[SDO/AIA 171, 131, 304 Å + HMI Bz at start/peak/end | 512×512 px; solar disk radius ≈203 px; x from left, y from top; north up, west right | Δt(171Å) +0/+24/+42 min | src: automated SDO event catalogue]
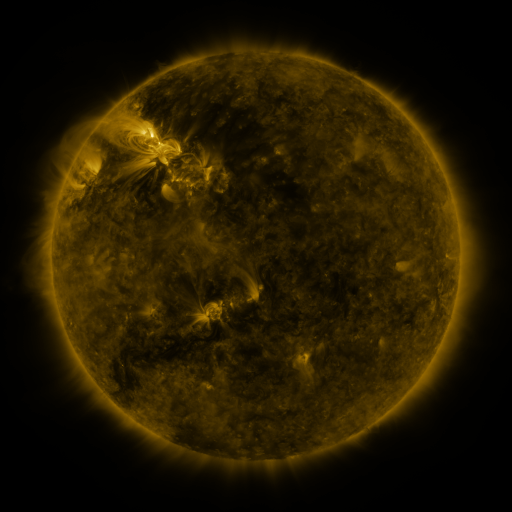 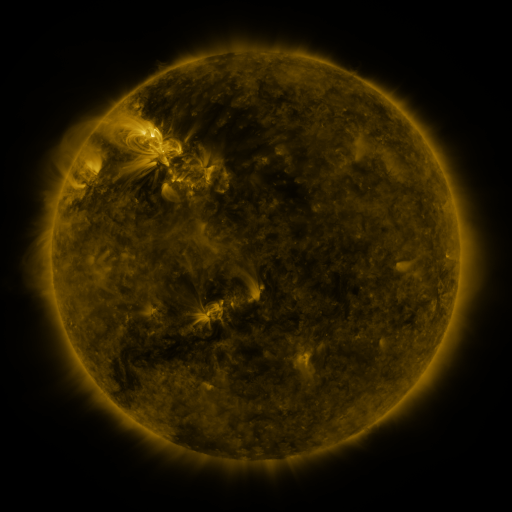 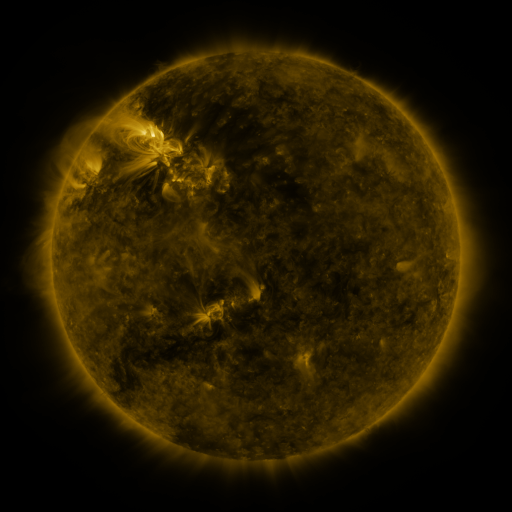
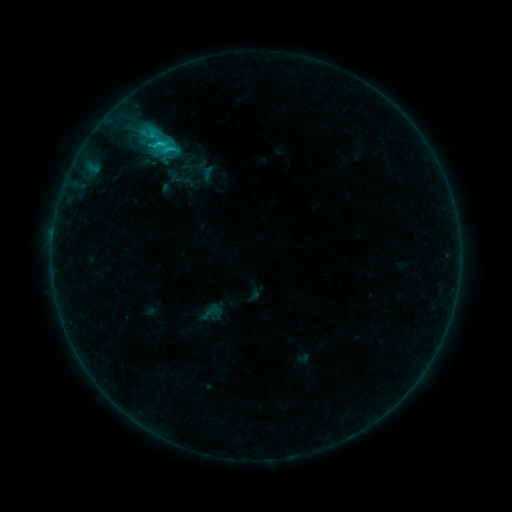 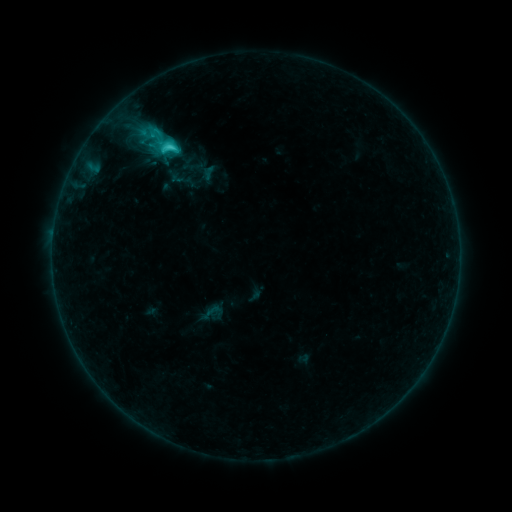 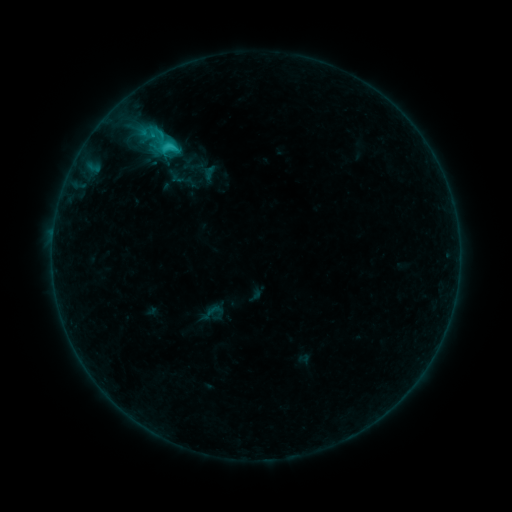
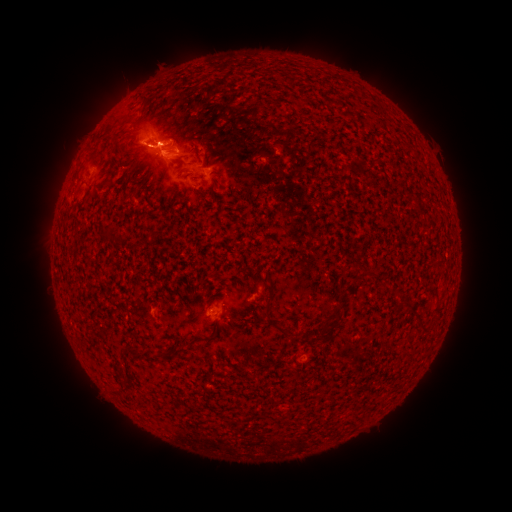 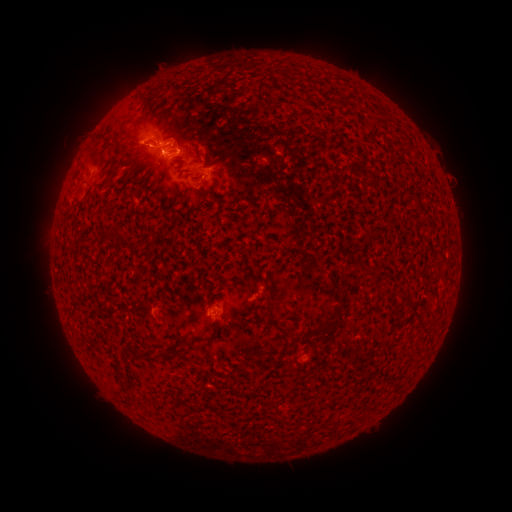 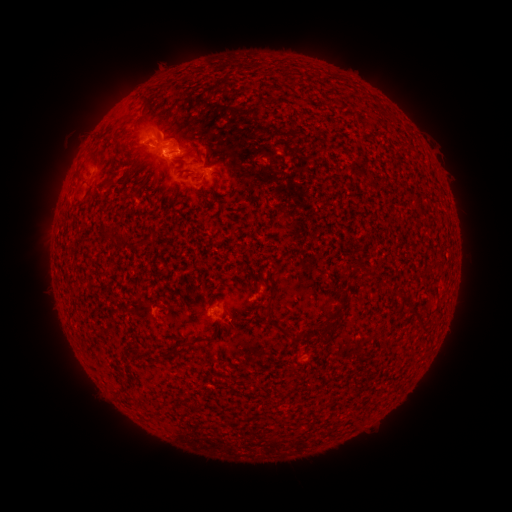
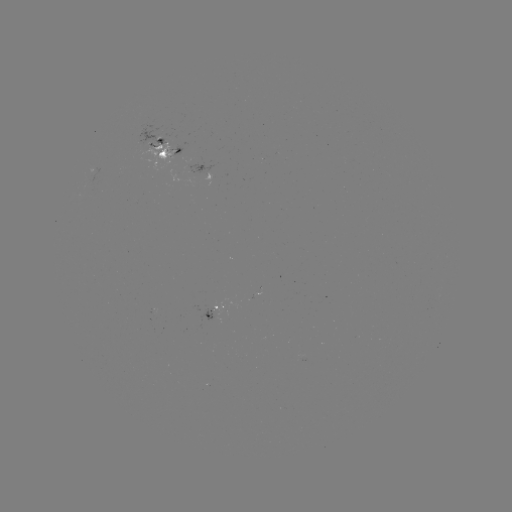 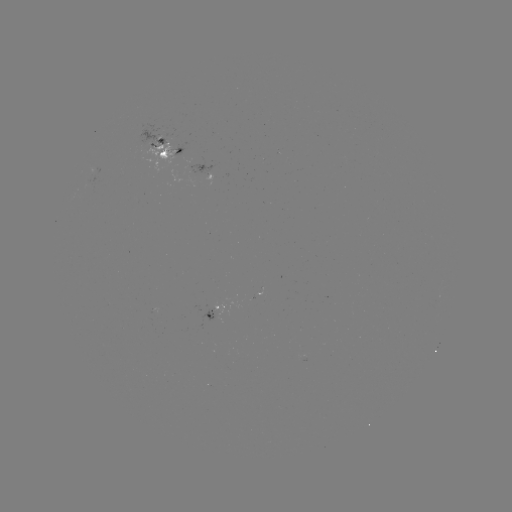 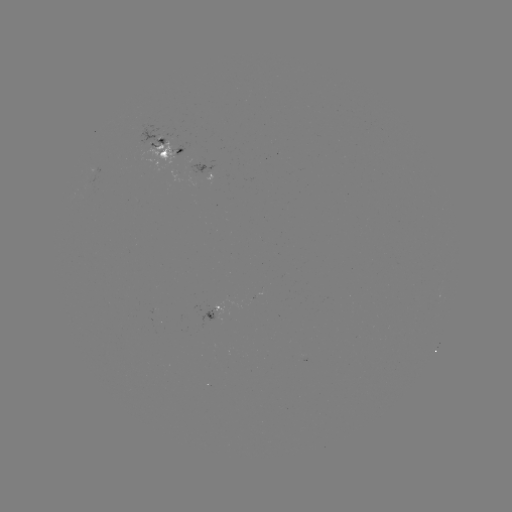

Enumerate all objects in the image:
C2.9 flare: (156, 131)
